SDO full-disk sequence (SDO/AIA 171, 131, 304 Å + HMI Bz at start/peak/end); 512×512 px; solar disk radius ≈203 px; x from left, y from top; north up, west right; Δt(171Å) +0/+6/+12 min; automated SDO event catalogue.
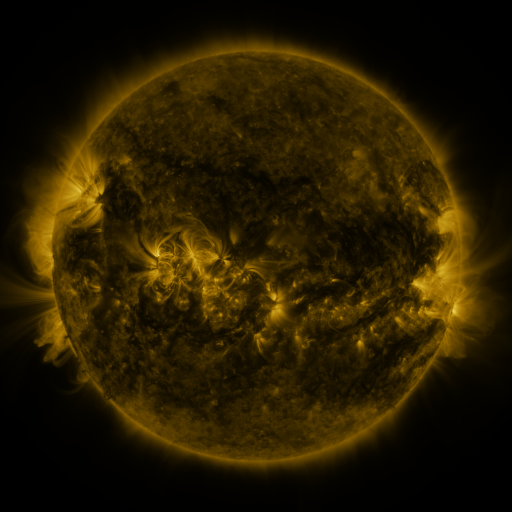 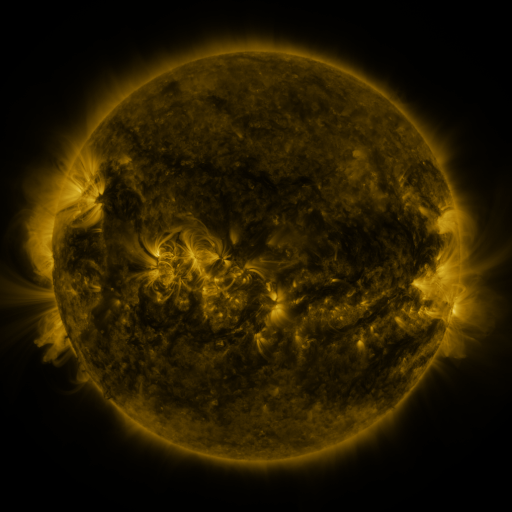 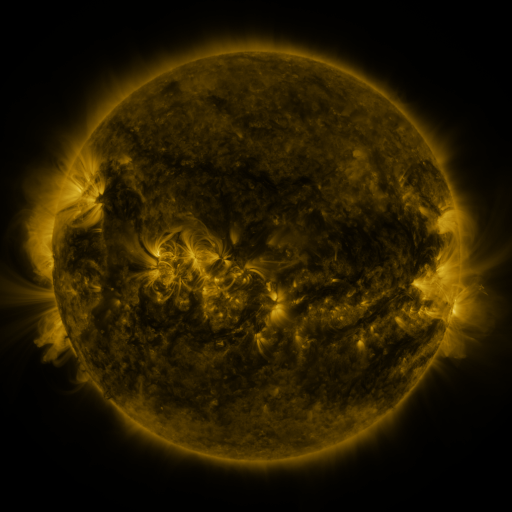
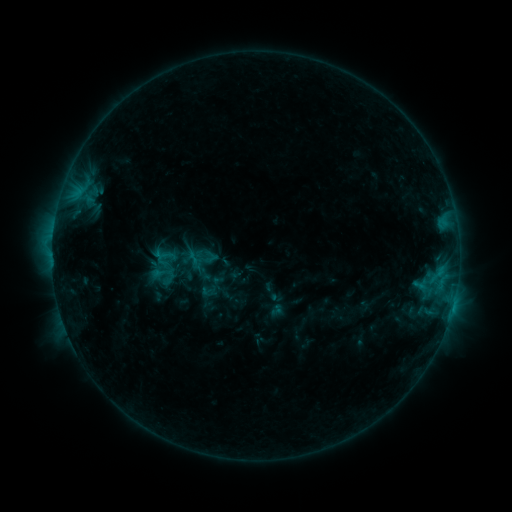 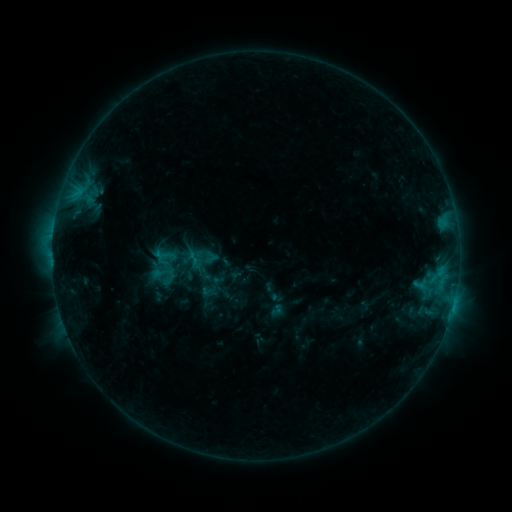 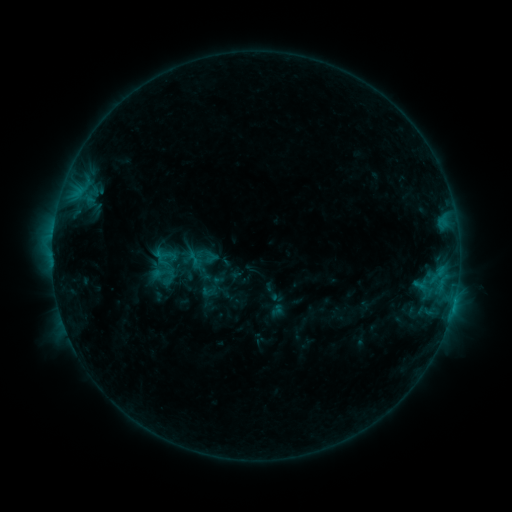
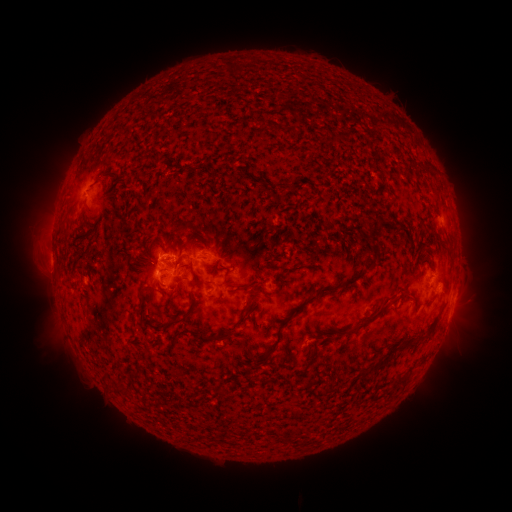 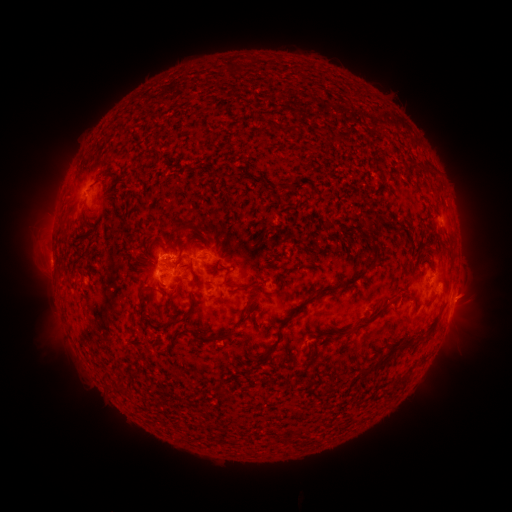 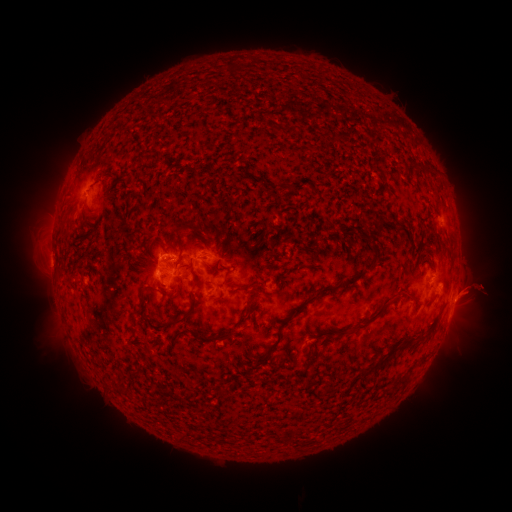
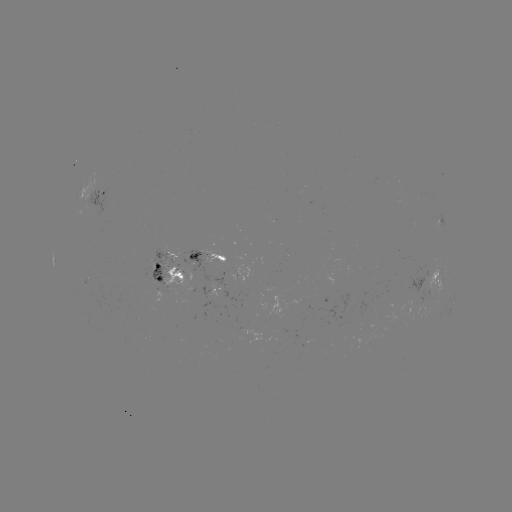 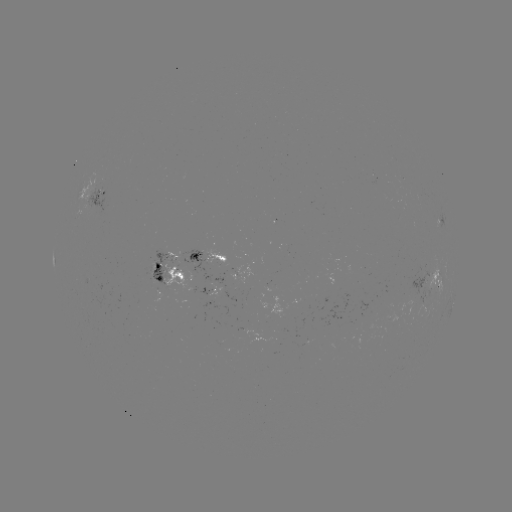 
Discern eruption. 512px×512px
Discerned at (471, 297).